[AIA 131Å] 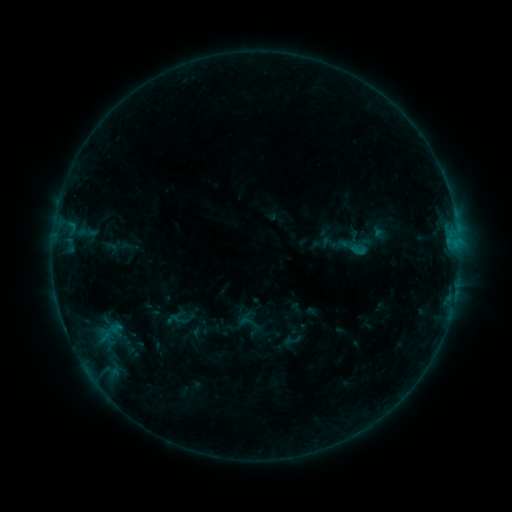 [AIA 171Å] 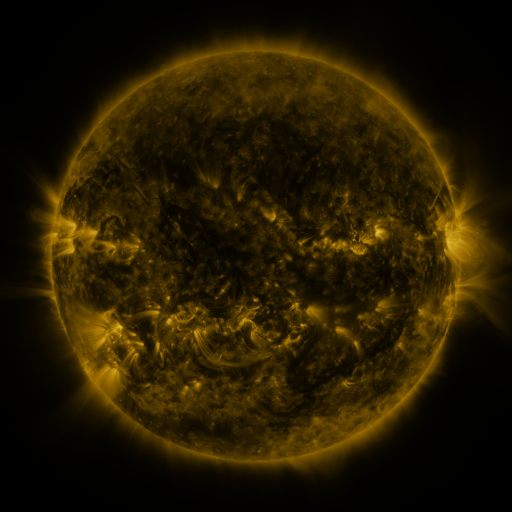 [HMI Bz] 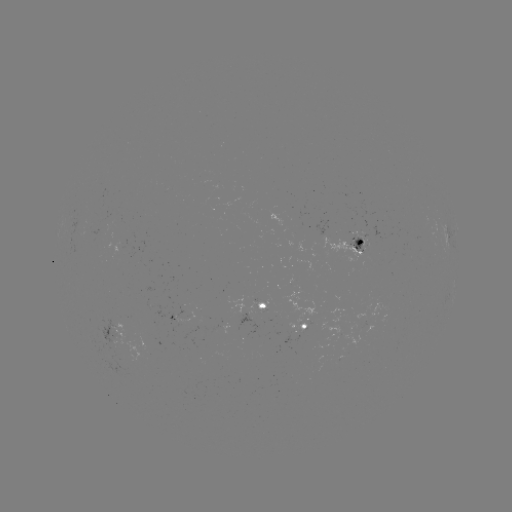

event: sigmoid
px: (249, 323)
